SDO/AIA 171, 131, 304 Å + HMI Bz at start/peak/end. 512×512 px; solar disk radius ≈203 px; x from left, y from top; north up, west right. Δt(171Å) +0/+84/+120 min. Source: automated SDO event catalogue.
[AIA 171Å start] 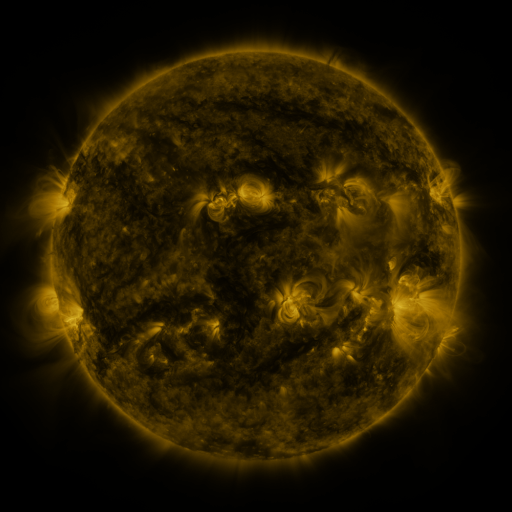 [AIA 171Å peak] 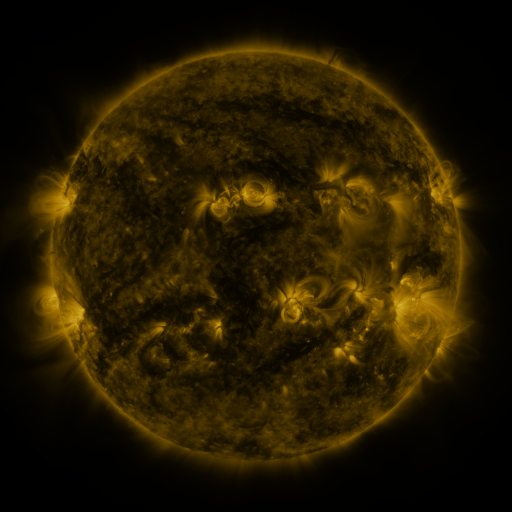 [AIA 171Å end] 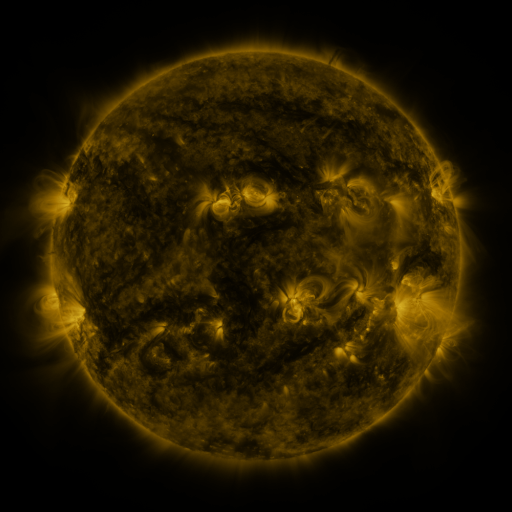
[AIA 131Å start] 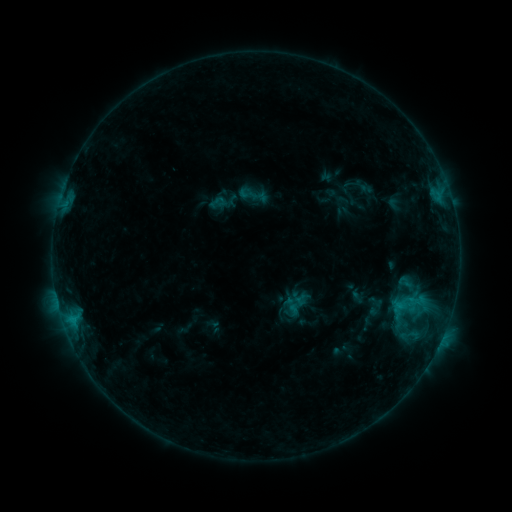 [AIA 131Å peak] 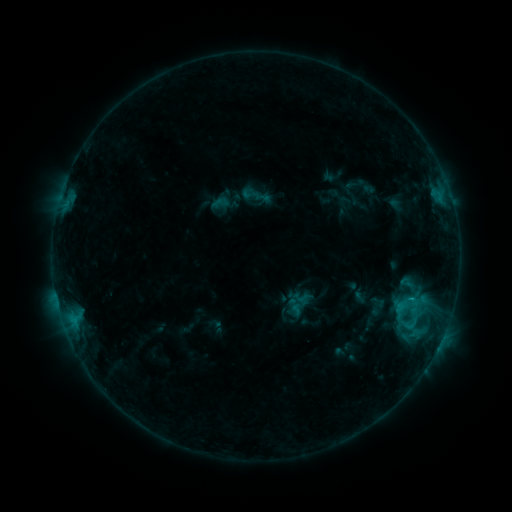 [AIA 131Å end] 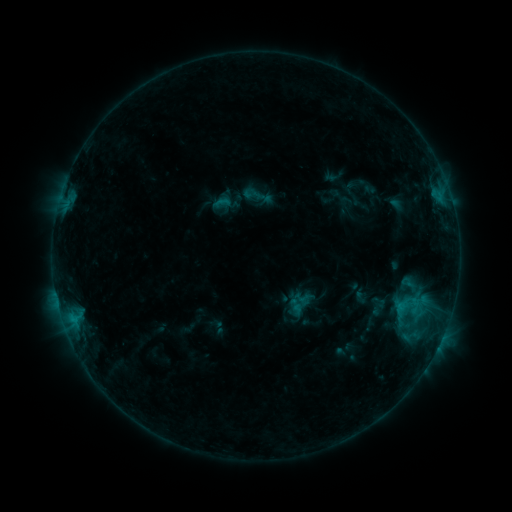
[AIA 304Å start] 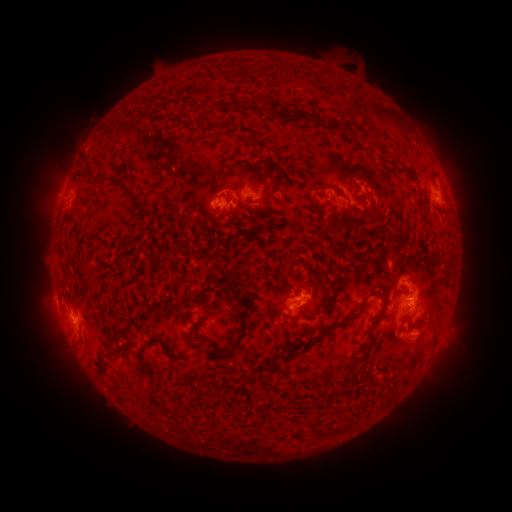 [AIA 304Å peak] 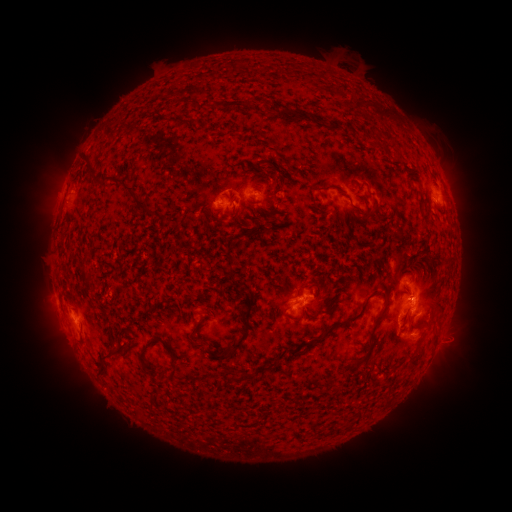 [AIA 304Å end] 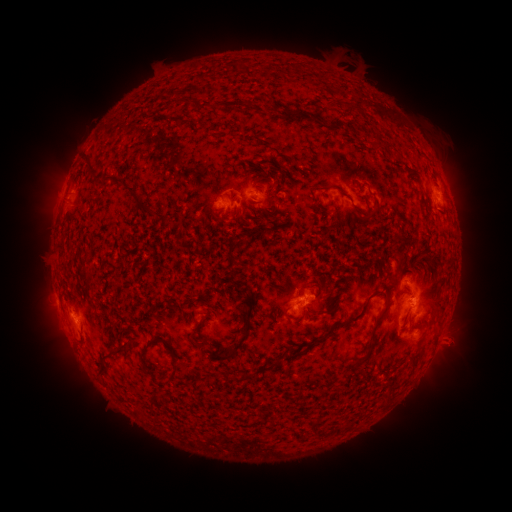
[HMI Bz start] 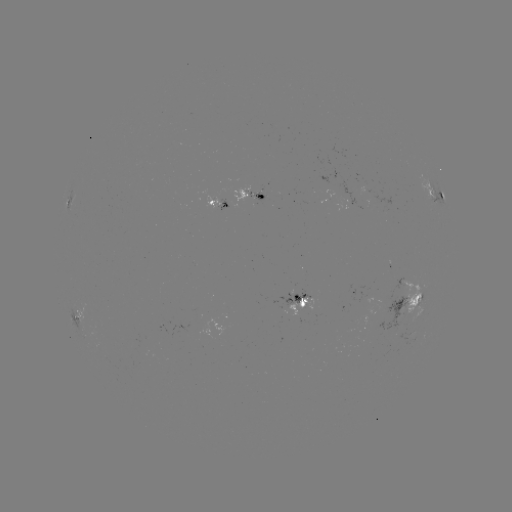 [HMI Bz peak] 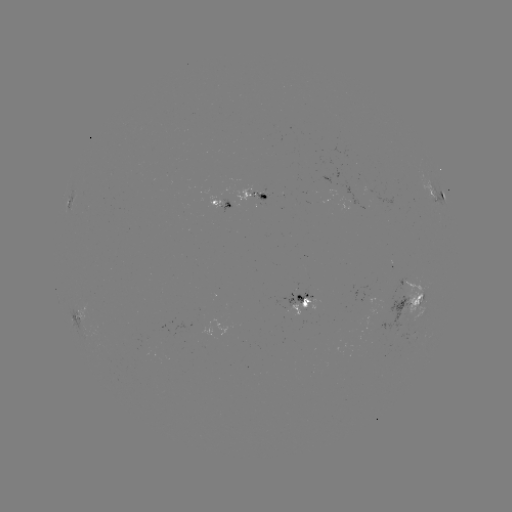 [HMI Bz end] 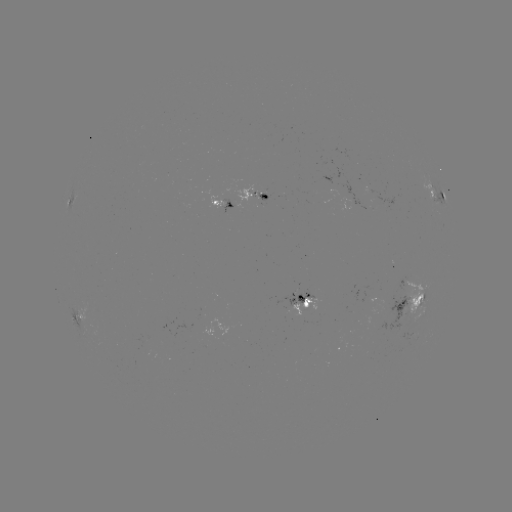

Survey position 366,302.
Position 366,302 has emerging-flux region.